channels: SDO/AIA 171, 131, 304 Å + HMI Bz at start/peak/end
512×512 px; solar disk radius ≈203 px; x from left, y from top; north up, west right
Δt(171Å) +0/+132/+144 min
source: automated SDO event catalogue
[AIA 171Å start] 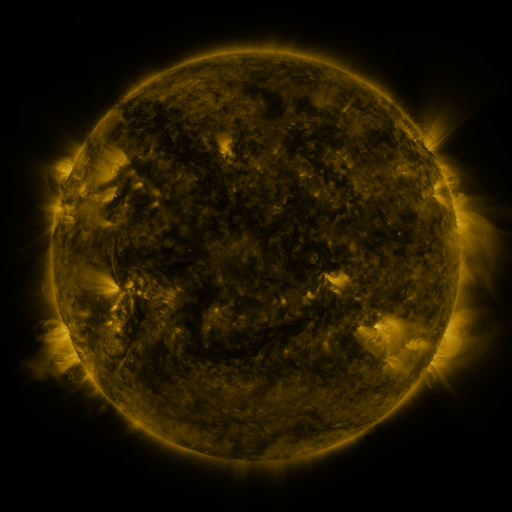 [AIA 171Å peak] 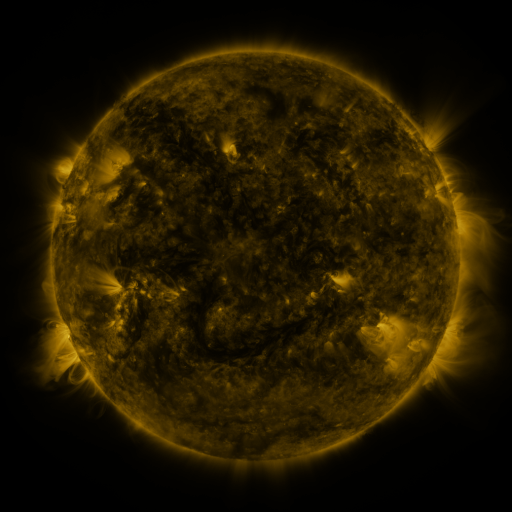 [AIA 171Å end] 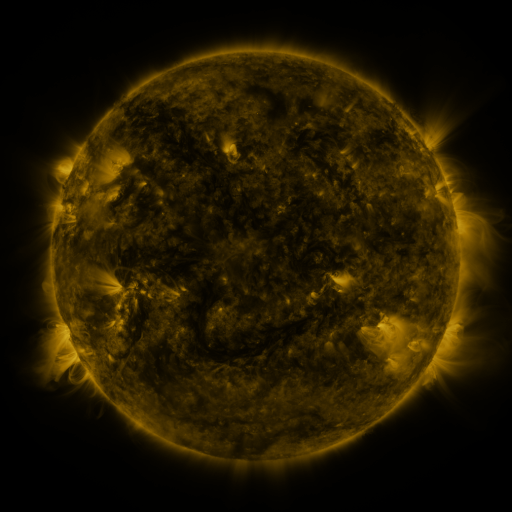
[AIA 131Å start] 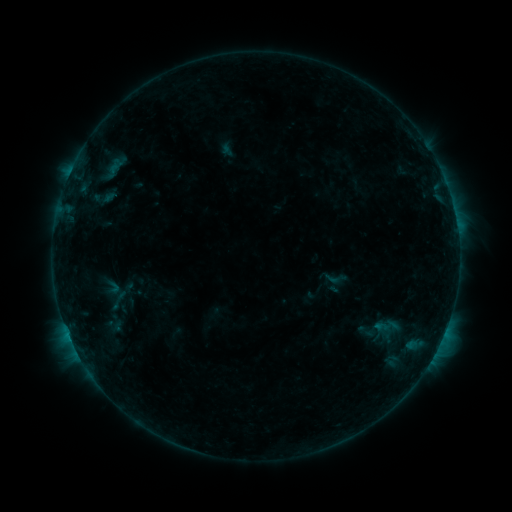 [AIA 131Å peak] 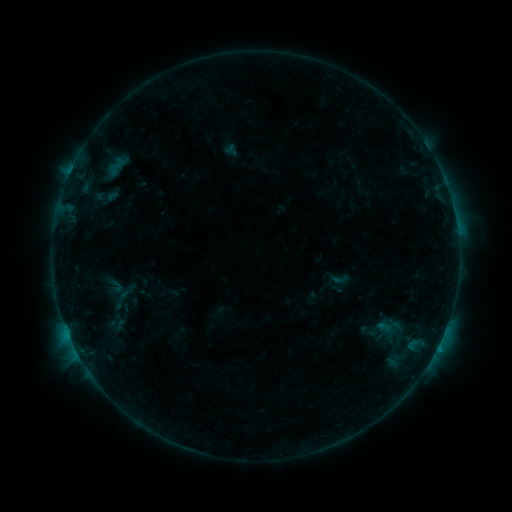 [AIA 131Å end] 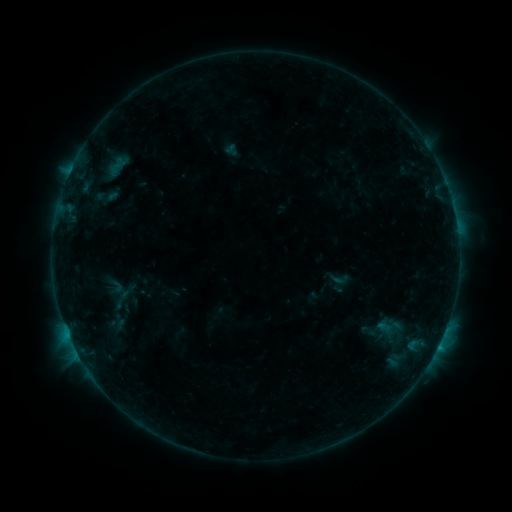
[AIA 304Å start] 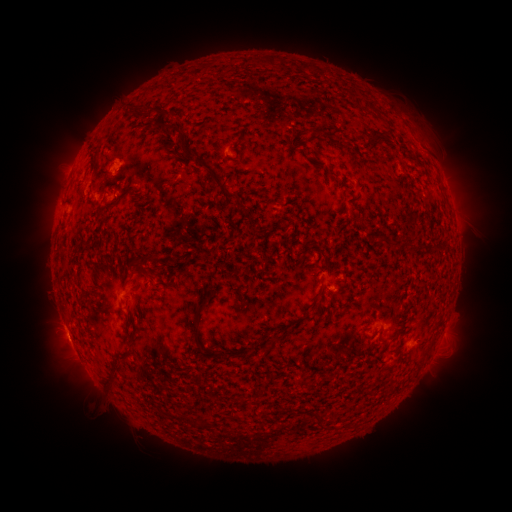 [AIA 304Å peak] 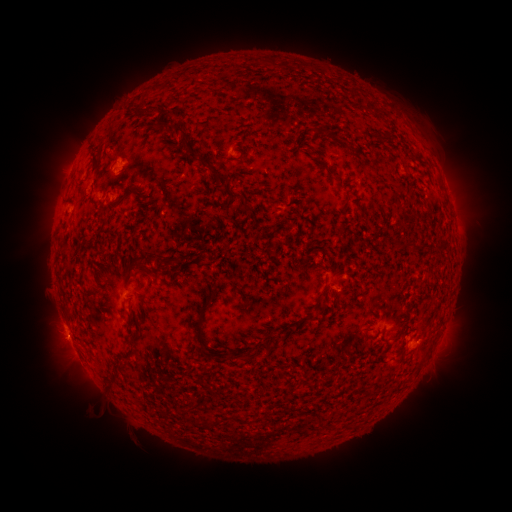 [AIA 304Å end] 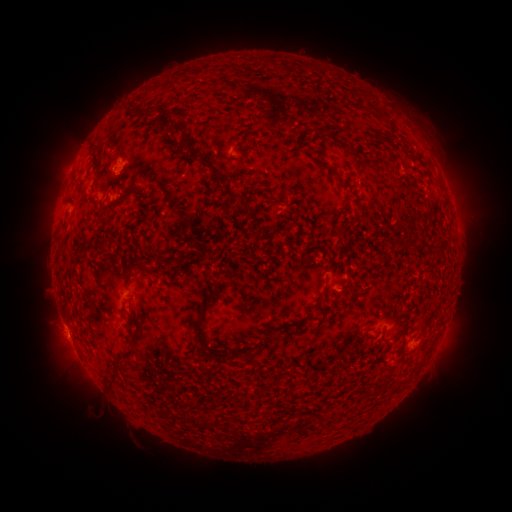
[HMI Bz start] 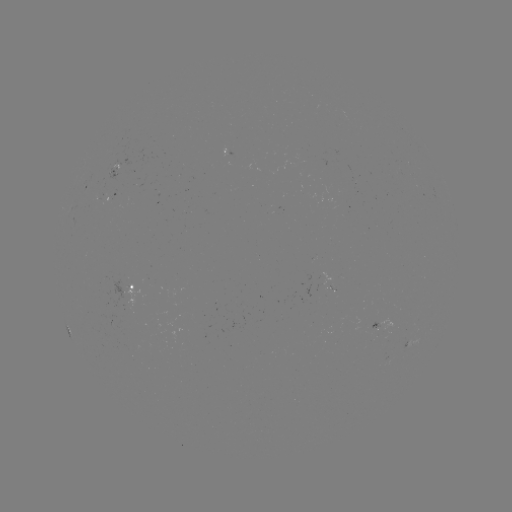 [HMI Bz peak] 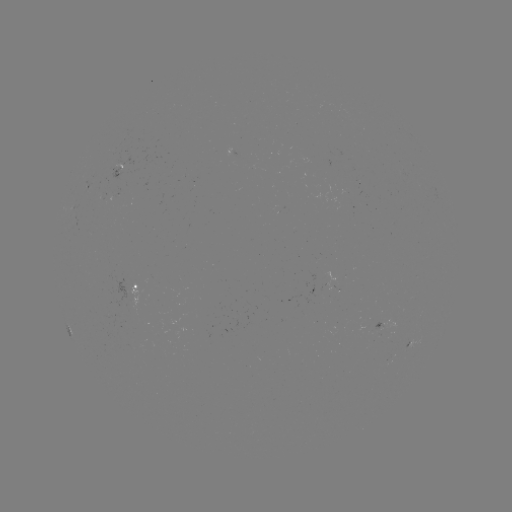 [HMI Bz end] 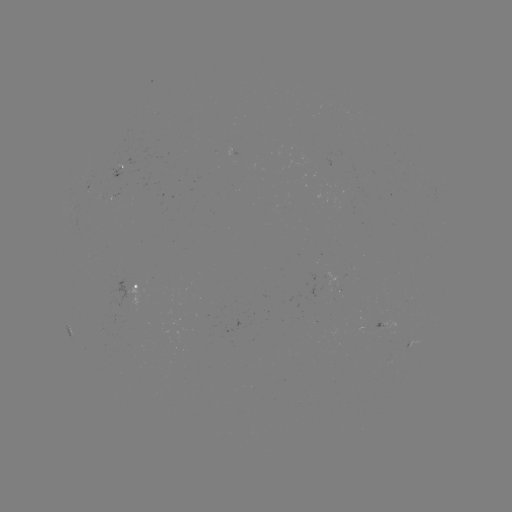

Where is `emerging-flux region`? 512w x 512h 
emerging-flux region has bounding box [110, 167, 123, 180].